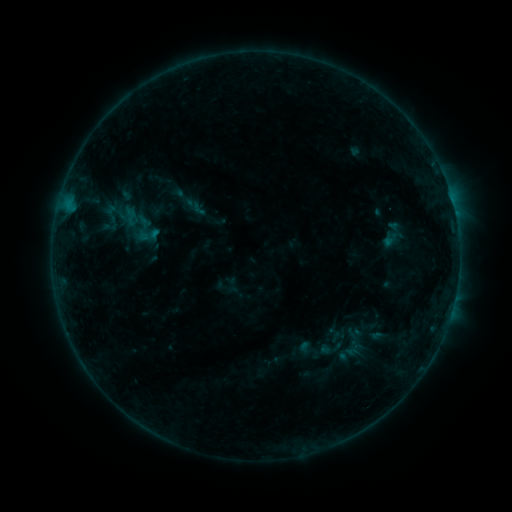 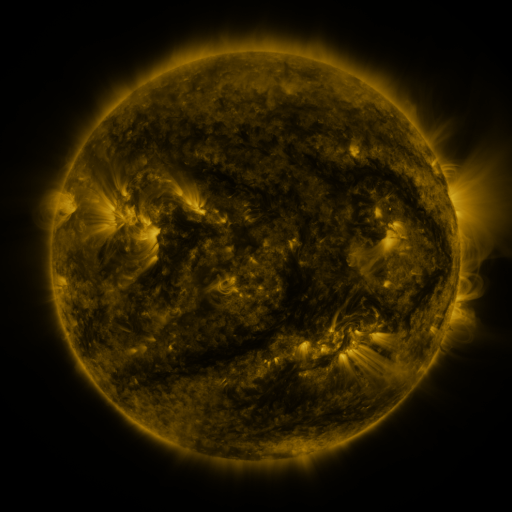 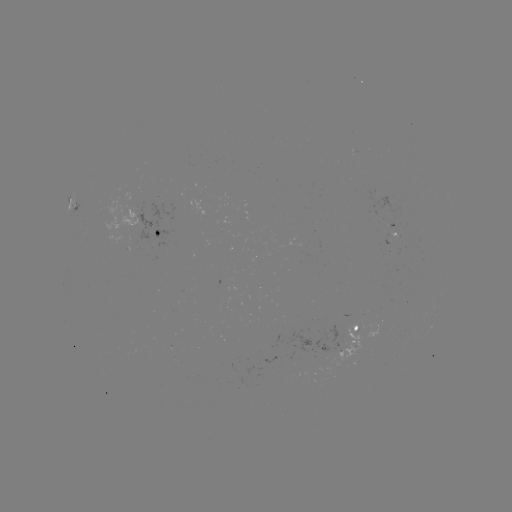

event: sigmoid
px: (146, 229)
